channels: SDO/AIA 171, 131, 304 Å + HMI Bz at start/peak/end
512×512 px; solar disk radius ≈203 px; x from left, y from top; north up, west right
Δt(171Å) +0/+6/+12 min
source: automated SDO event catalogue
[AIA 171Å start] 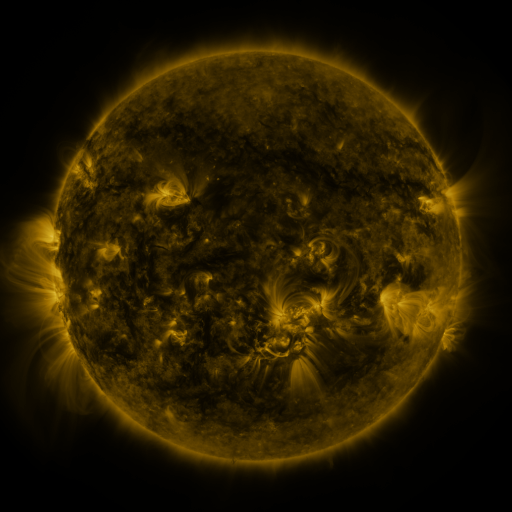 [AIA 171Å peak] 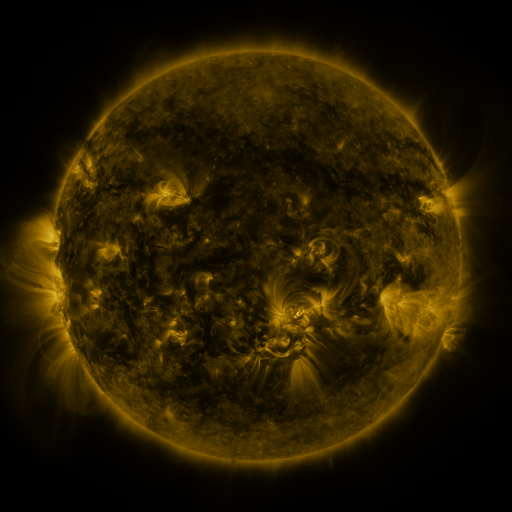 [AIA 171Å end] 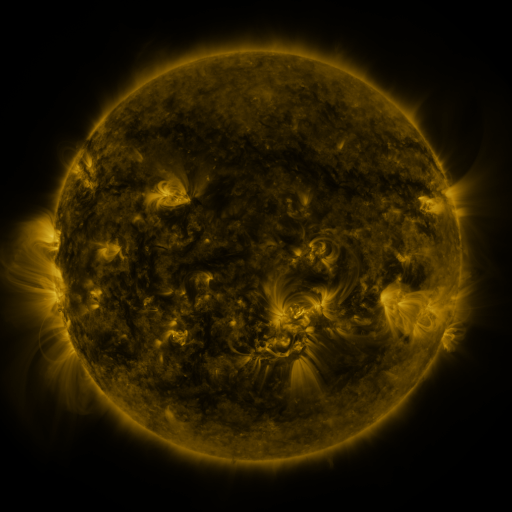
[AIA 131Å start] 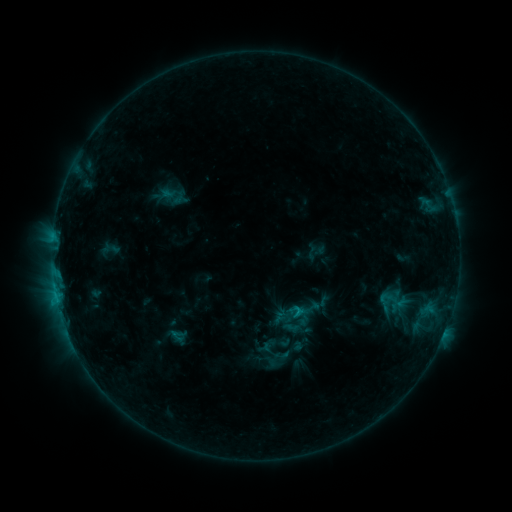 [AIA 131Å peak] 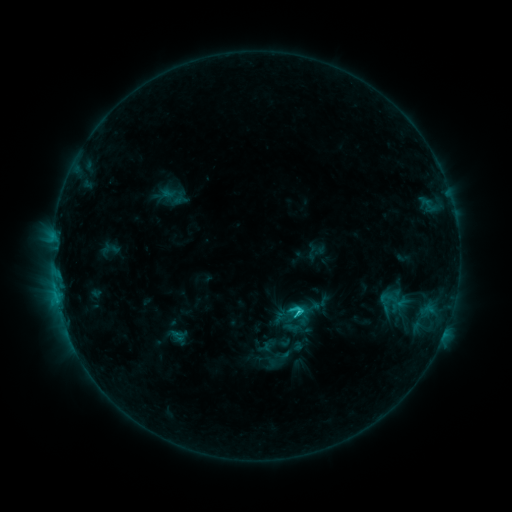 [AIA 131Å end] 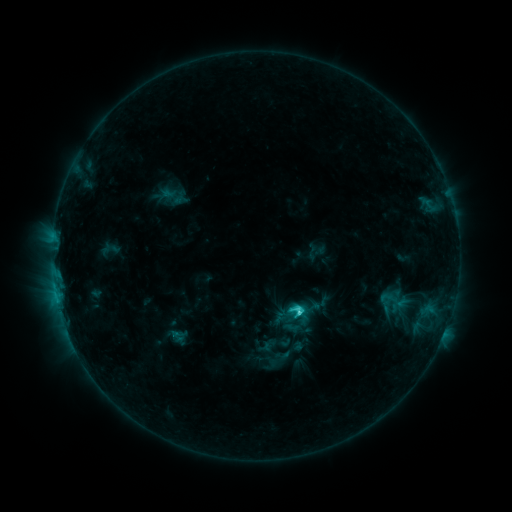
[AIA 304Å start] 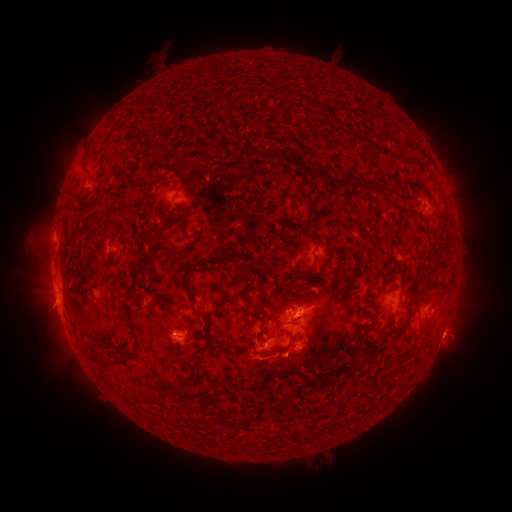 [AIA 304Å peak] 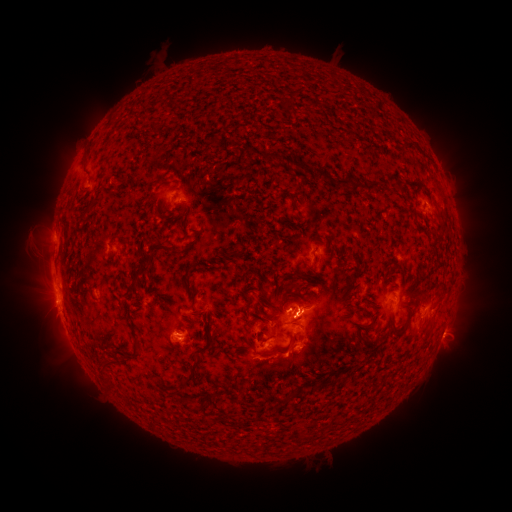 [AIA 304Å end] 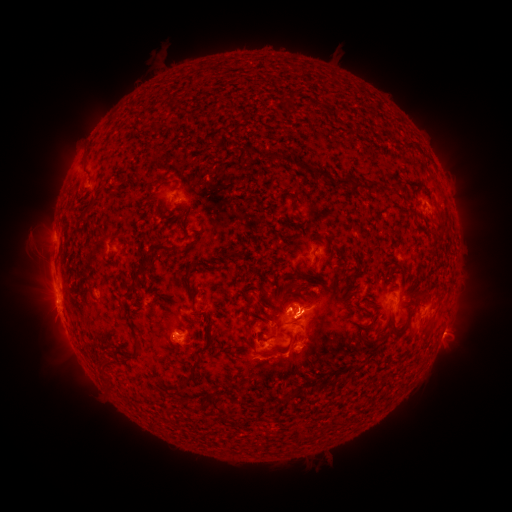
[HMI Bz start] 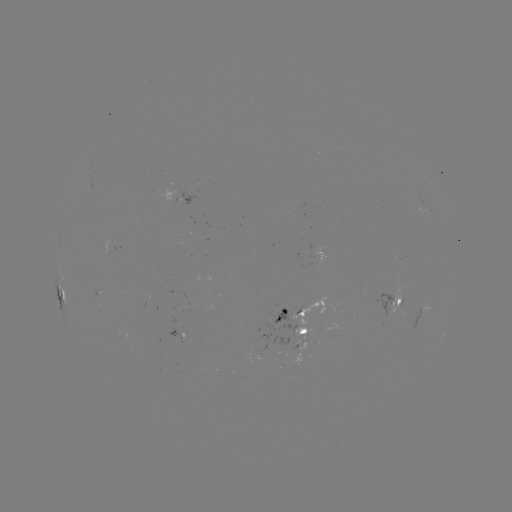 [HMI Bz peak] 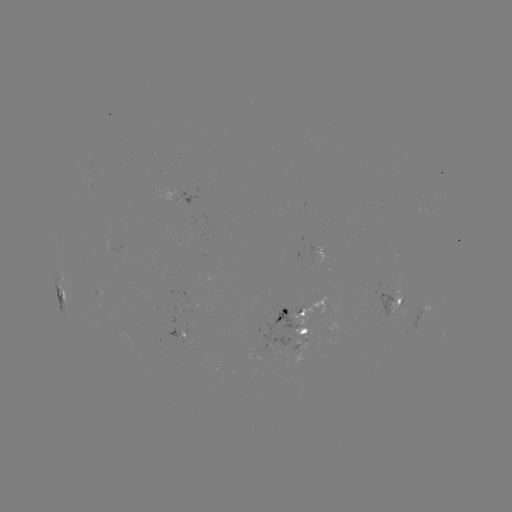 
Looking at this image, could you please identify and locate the C3.6 flare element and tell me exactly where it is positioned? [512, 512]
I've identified C3.6 flare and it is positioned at (297, 312).